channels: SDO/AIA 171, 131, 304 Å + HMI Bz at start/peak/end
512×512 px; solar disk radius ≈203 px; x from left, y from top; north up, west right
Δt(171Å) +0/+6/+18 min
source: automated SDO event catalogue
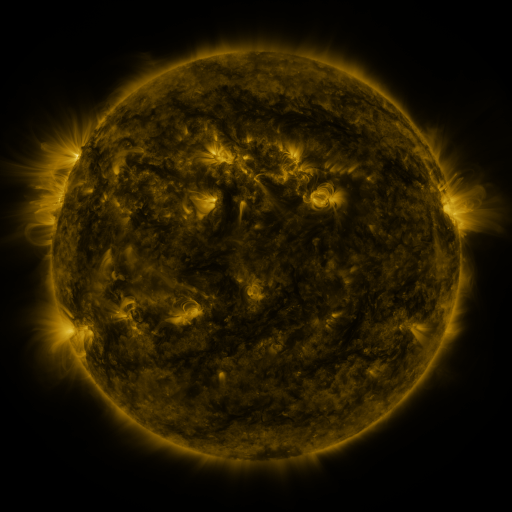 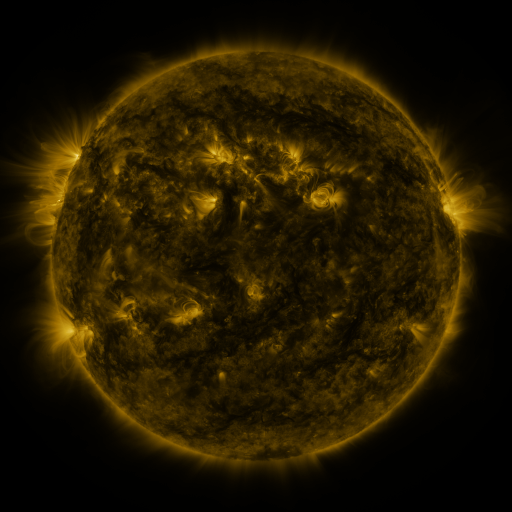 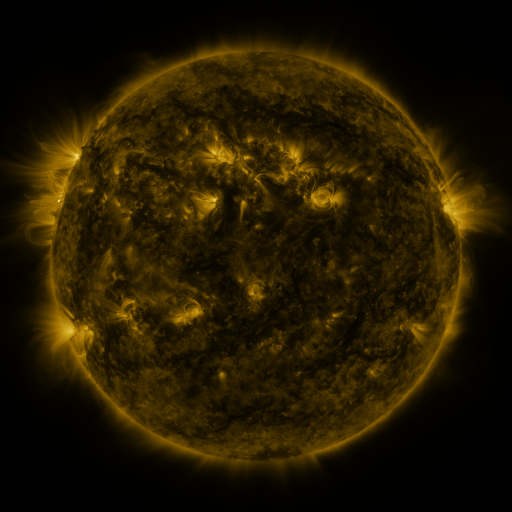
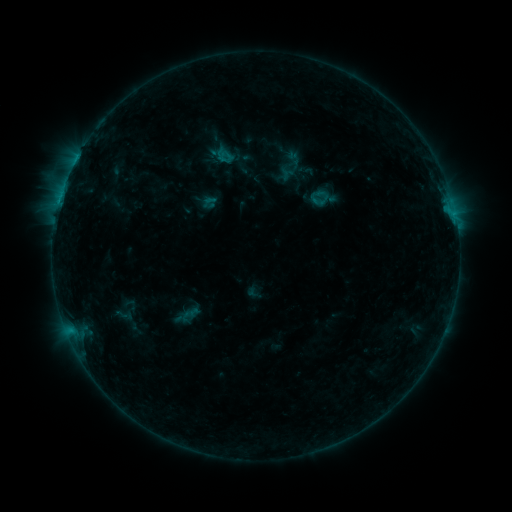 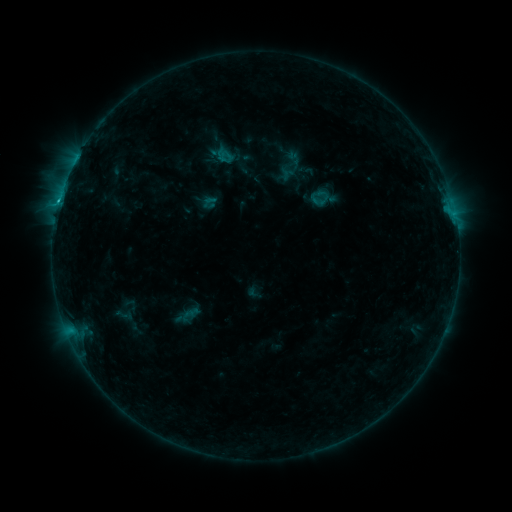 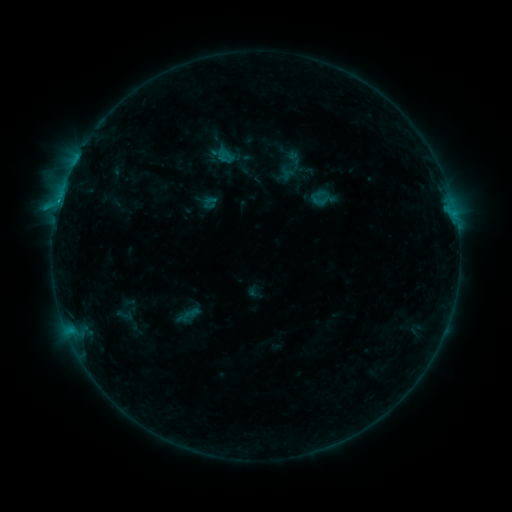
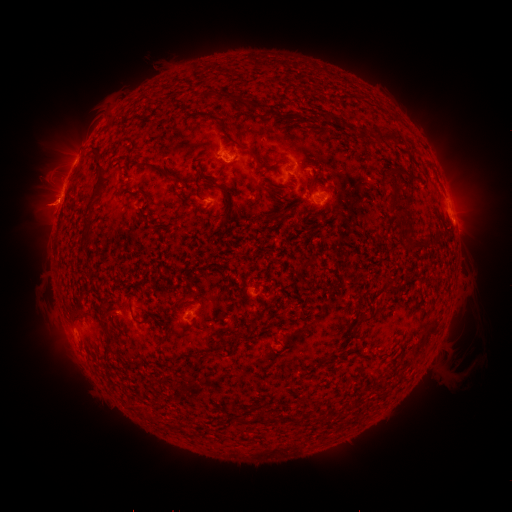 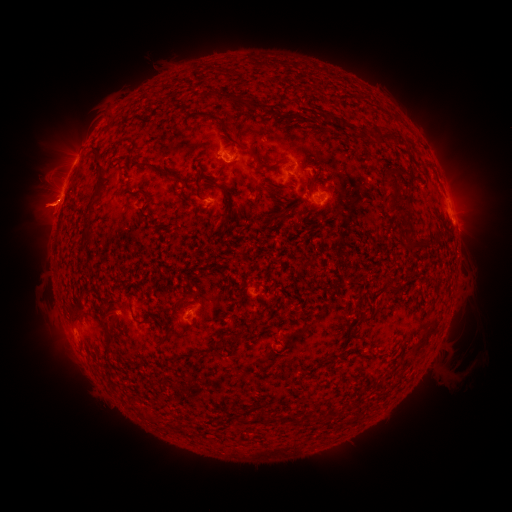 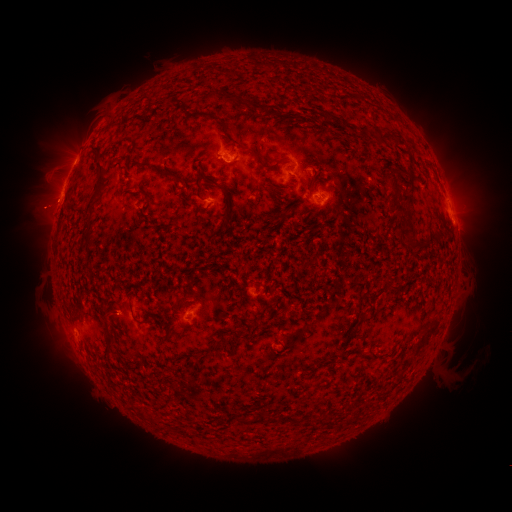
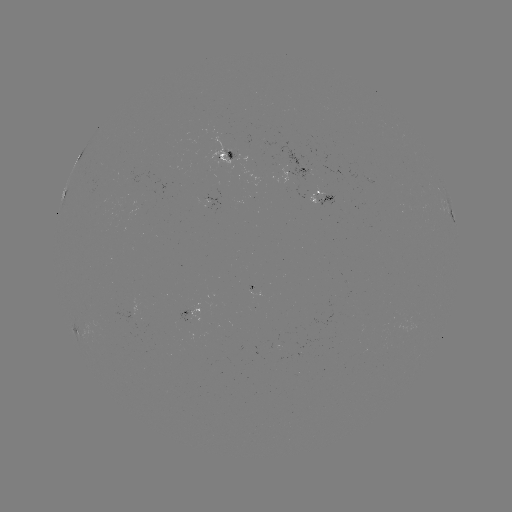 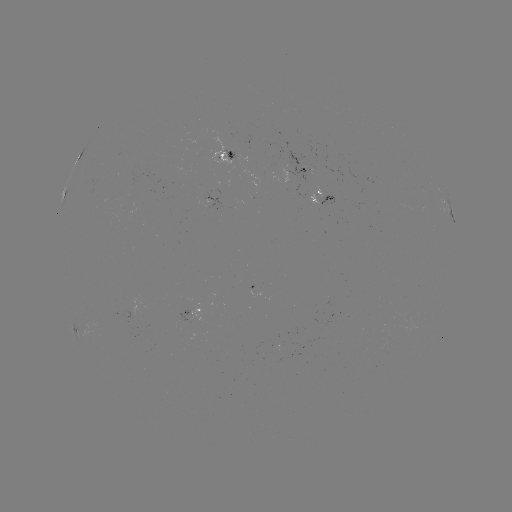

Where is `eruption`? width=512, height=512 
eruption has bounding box [9, 148, 103, 241].